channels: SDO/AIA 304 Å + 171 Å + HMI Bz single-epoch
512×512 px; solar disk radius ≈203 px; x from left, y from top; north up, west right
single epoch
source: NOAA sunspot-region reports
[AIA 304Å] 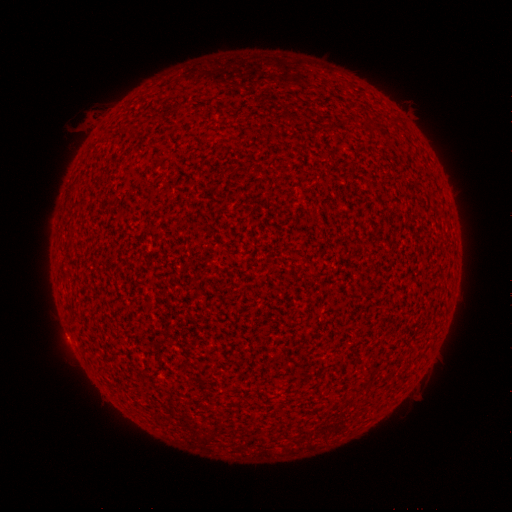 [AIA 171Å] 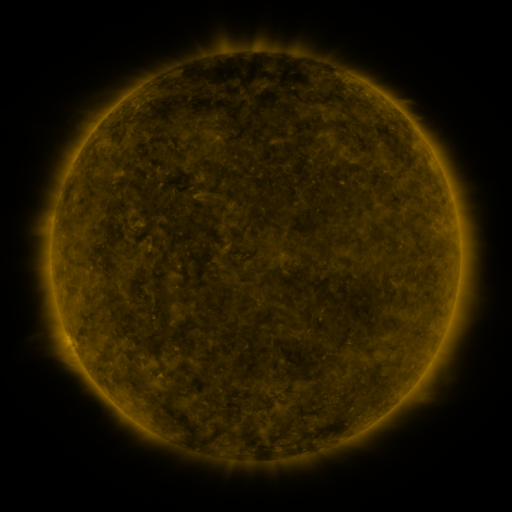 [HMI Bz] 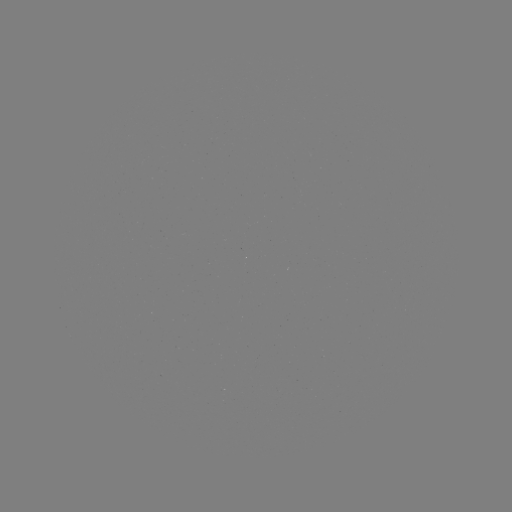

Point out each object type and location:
(none)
